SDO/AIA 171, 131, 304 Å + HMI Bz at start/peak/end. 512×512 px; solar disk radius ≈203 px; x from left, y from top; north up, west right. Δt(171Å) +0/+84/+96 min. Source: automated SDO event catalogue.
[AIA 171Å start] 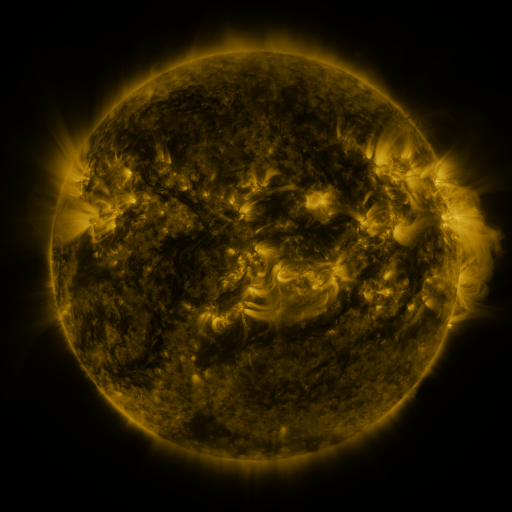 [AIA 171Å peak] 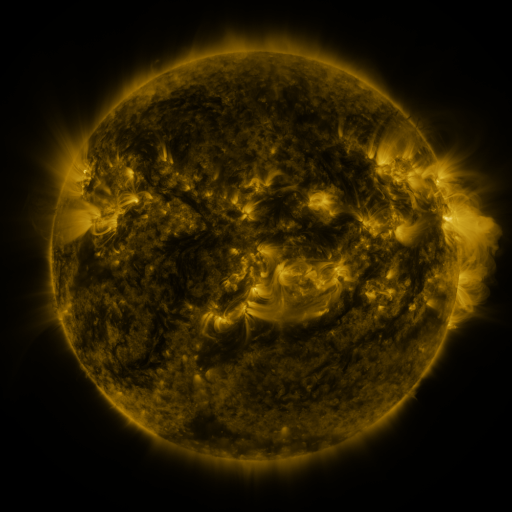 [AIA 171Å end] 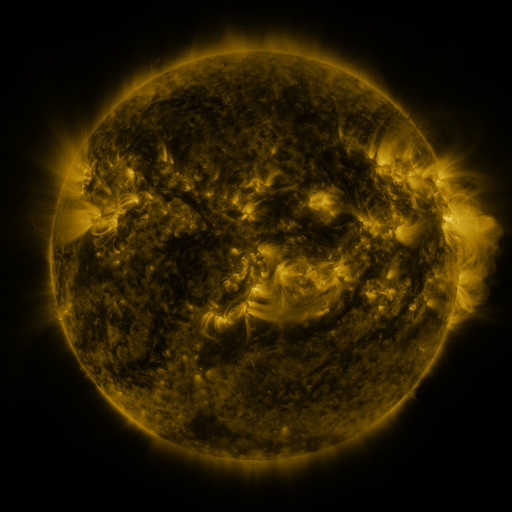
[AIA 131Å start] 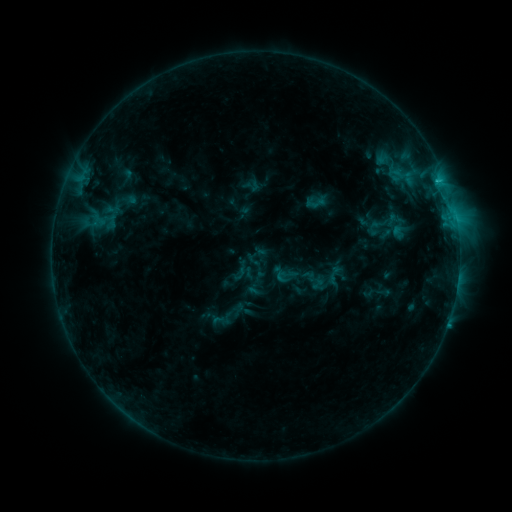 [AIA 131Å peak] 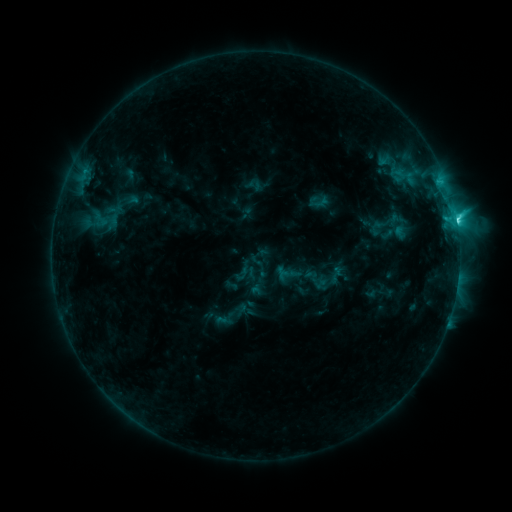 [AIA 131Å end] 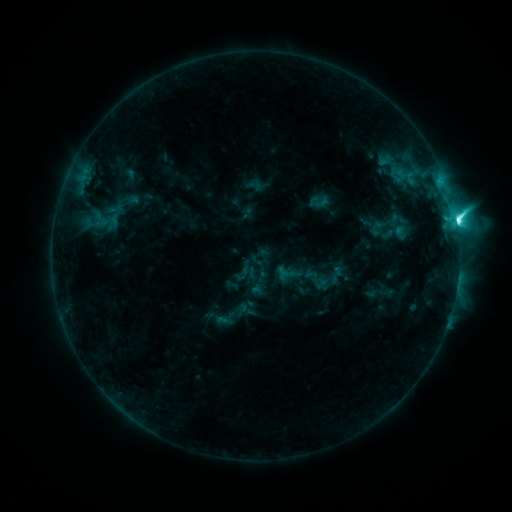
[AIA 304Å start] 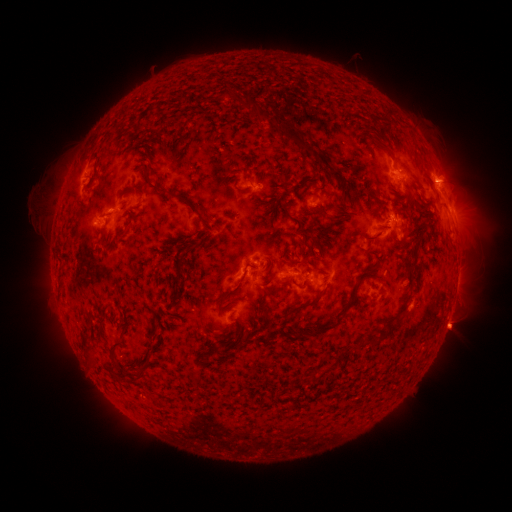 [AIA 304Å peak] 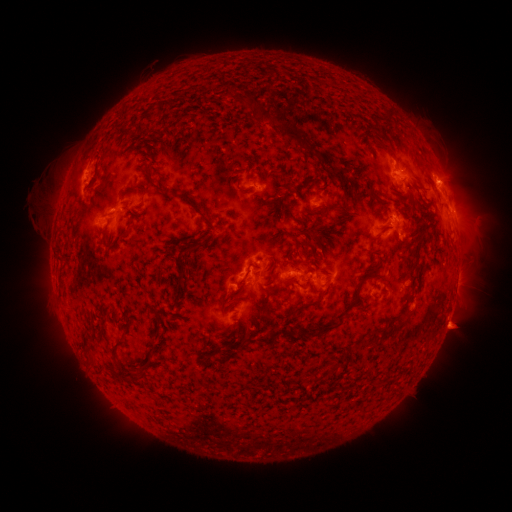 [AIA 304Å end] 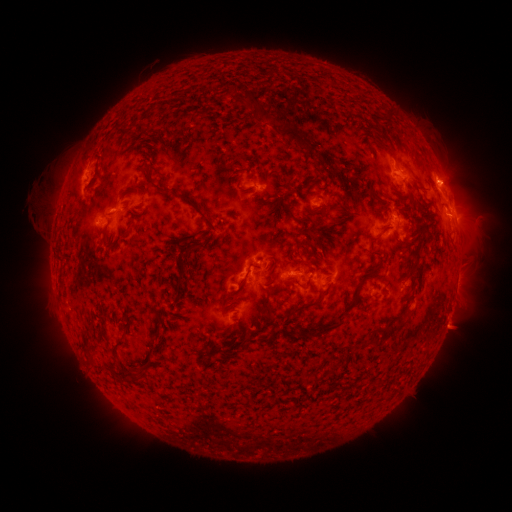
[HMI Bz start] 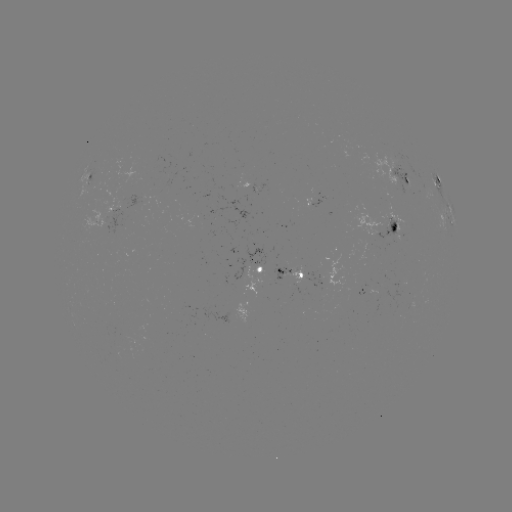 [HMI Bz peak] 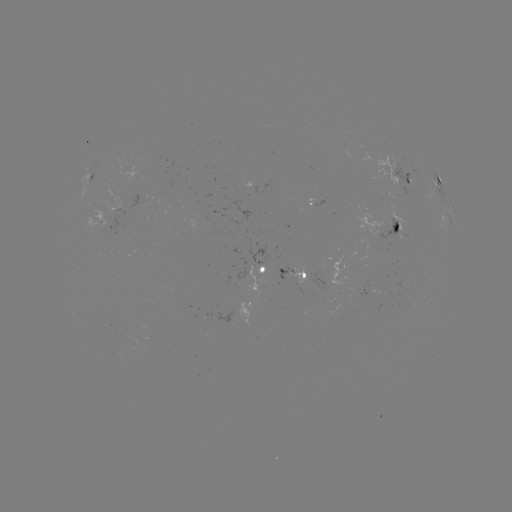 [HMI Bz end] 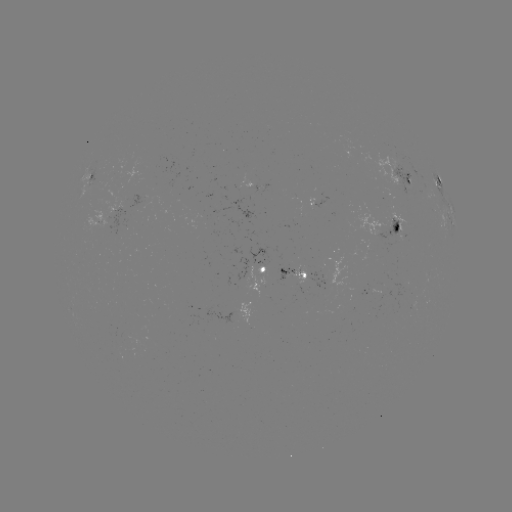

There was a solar emerging-flux region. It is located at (289, 271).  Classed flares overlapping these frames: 1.